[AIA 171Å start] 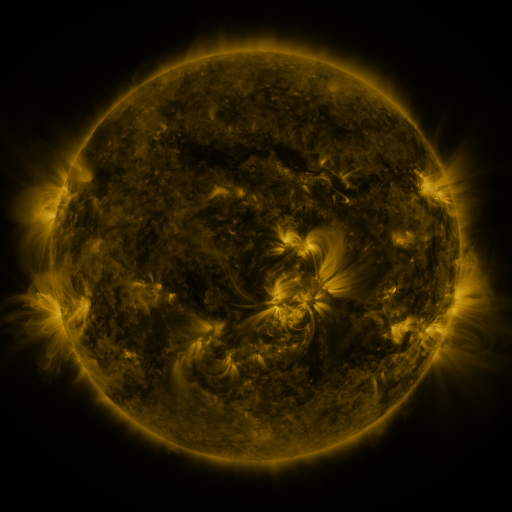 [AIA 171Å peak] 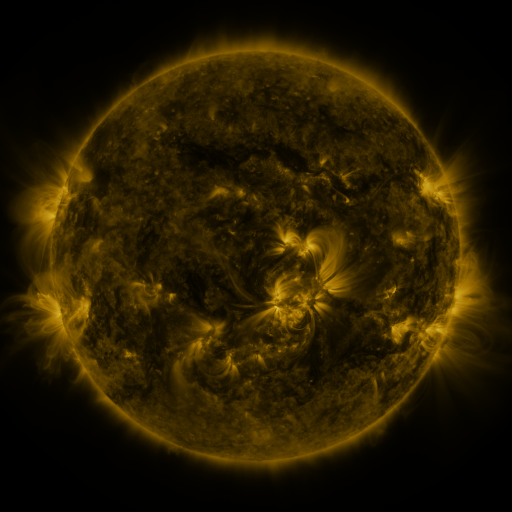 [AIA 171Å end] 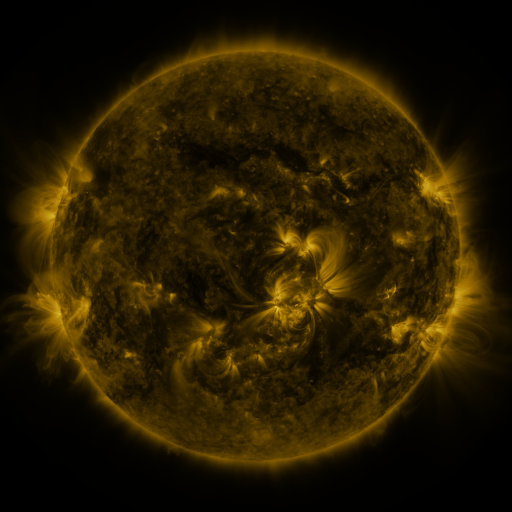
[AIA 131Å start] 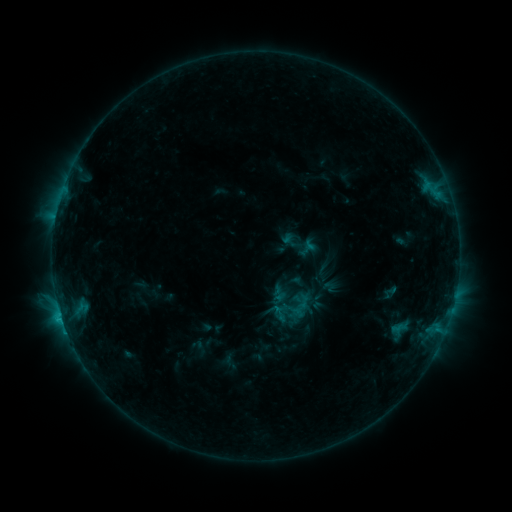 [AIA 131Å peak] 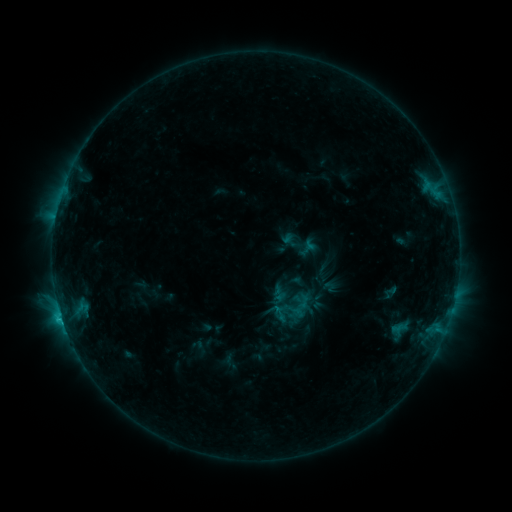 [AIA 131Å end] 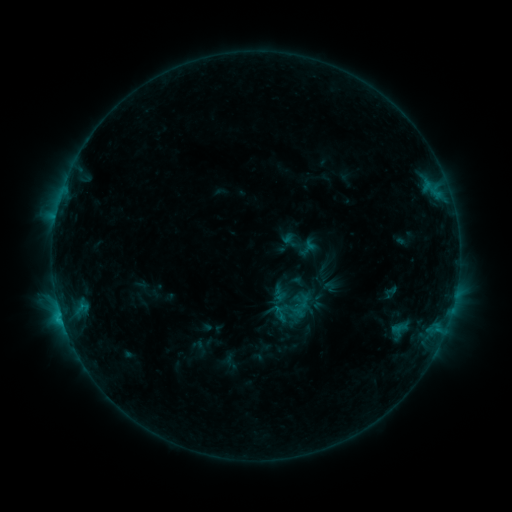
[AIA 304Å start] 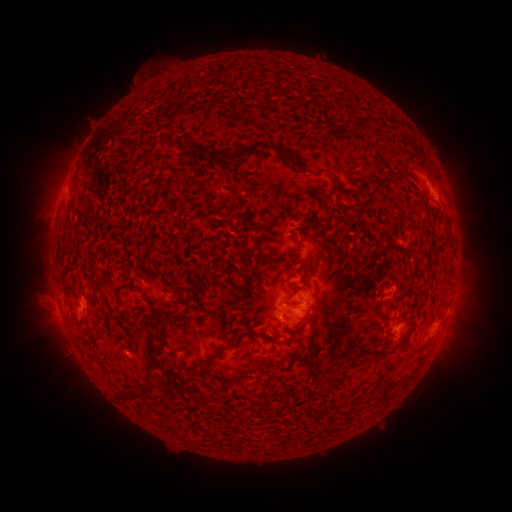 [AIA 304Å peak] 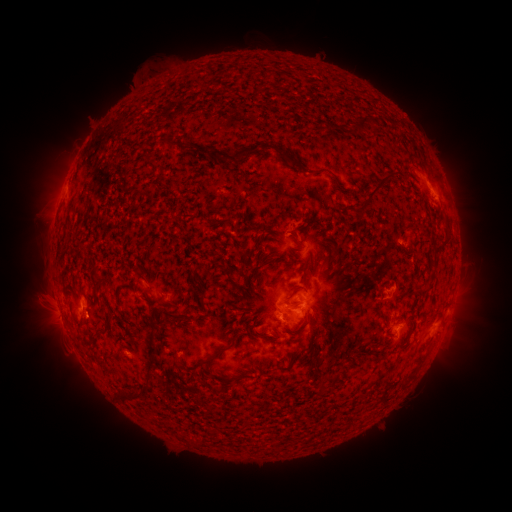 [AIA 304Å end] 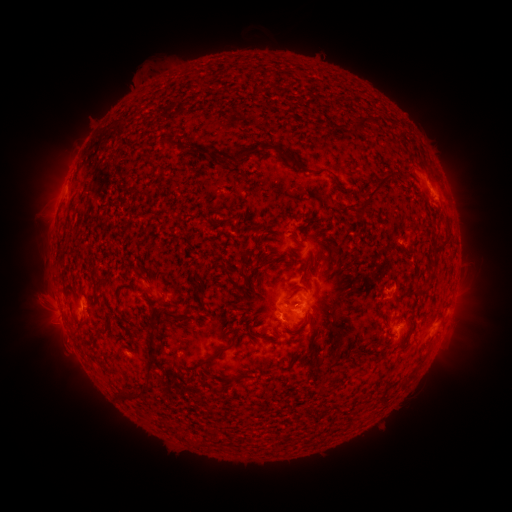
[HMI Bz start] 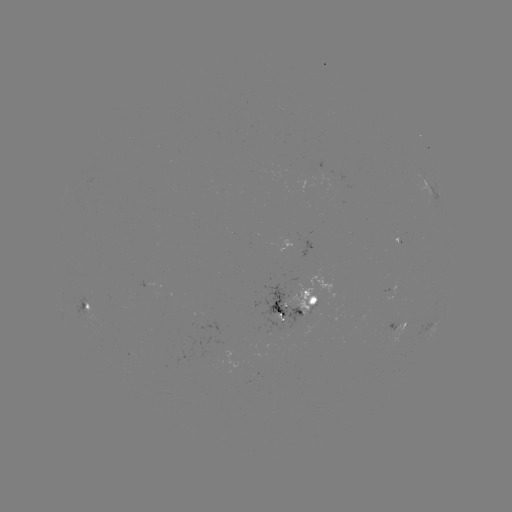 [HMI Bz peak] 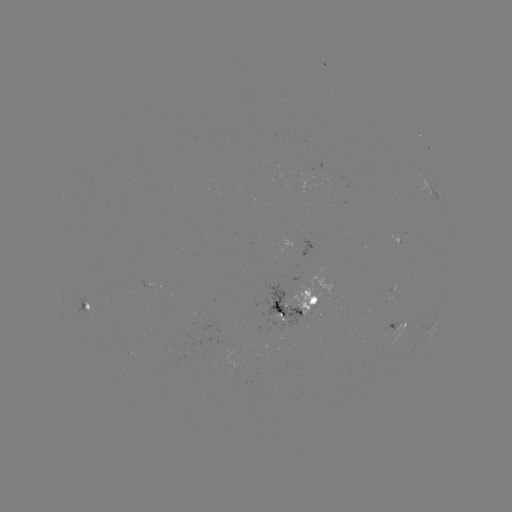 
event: flare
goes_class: C1.8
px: (61, 315)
